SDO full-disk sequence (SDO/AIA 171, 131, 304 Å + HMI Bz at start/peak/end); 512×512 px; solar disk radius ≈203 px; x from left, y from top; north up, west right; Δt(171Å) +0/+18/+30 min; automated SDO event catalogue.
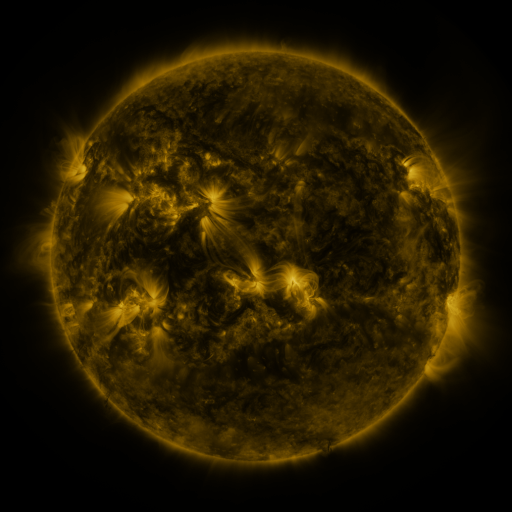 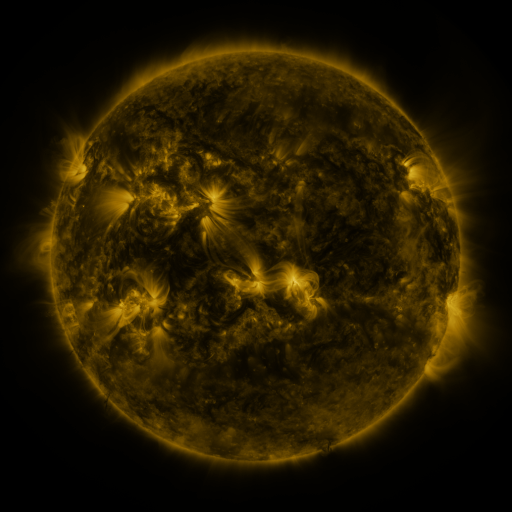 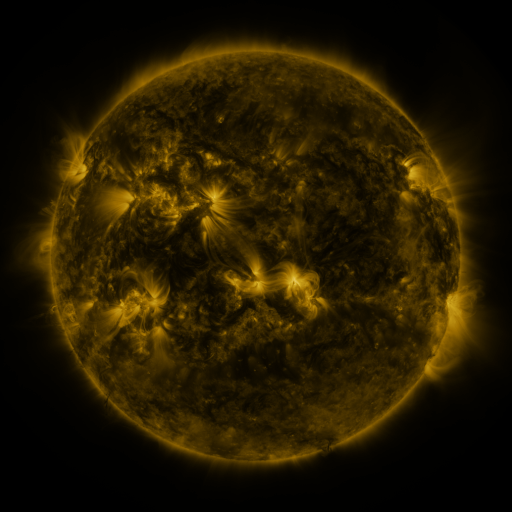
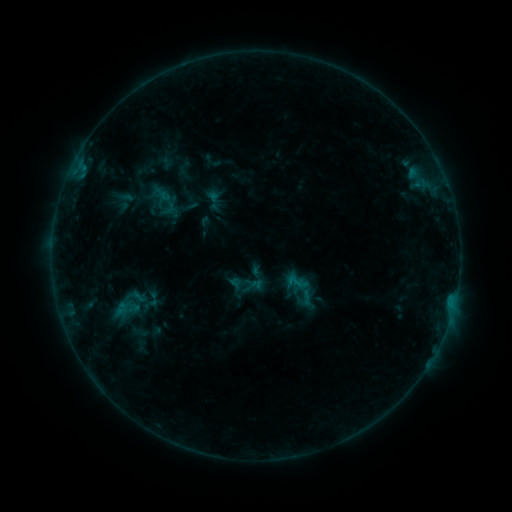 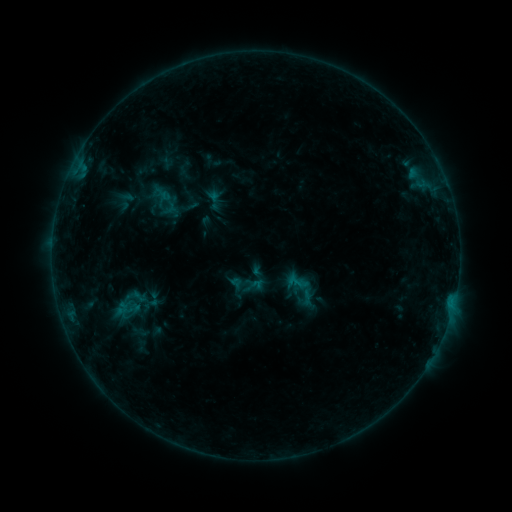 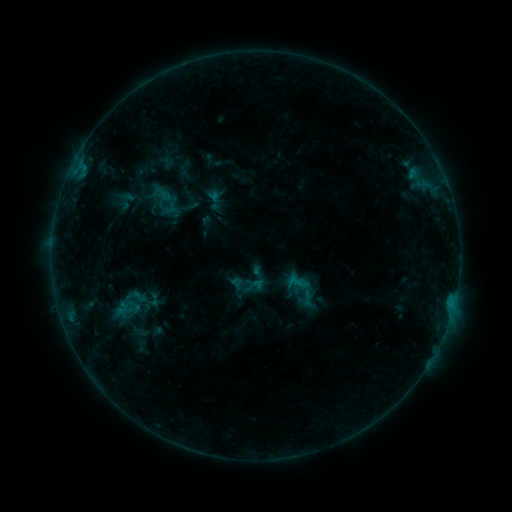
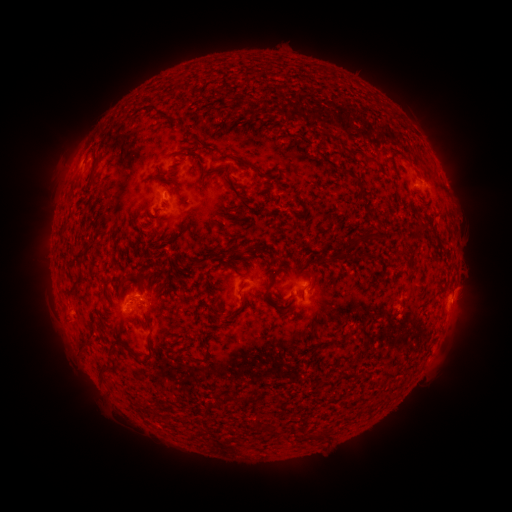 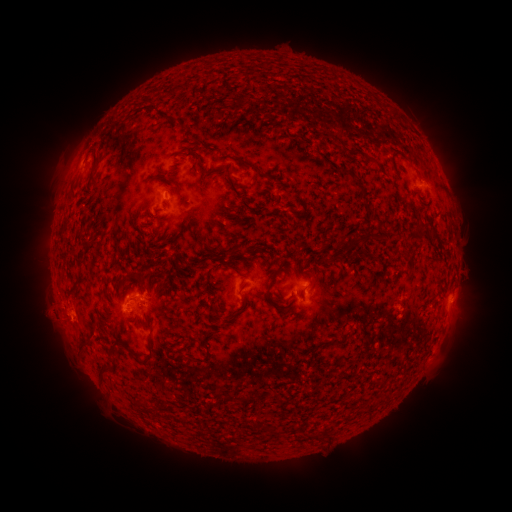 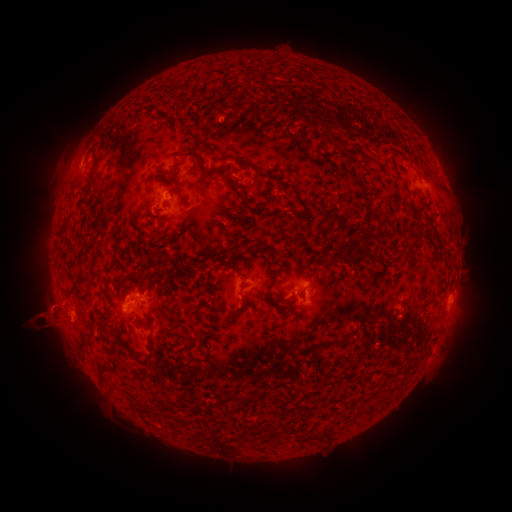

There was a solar eruption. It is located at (47, 319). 